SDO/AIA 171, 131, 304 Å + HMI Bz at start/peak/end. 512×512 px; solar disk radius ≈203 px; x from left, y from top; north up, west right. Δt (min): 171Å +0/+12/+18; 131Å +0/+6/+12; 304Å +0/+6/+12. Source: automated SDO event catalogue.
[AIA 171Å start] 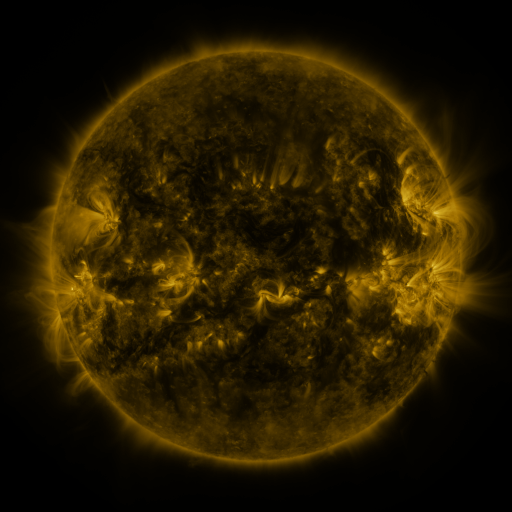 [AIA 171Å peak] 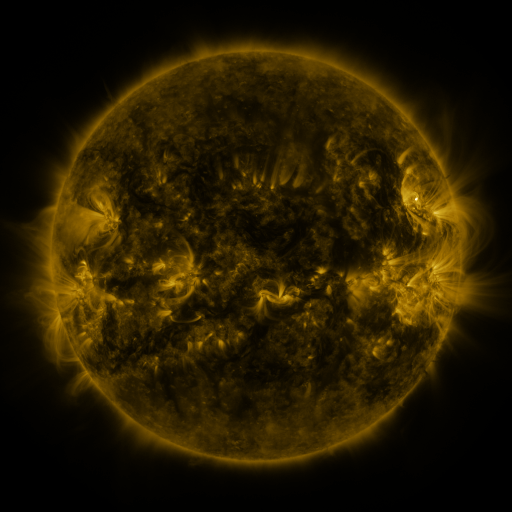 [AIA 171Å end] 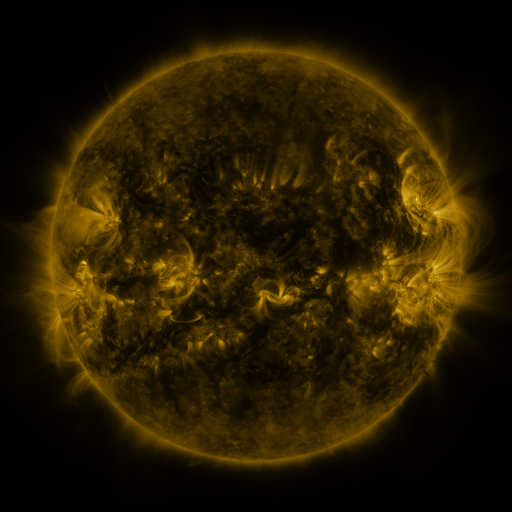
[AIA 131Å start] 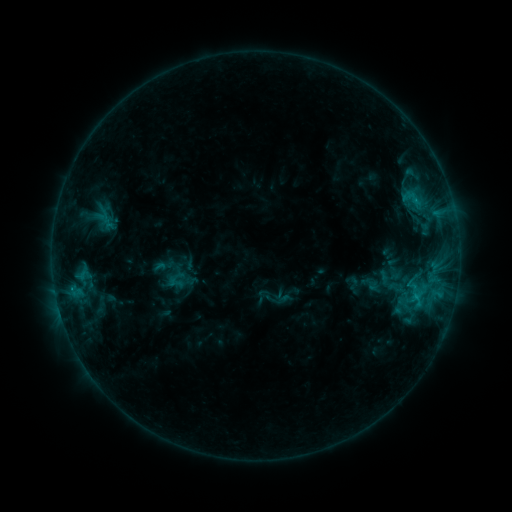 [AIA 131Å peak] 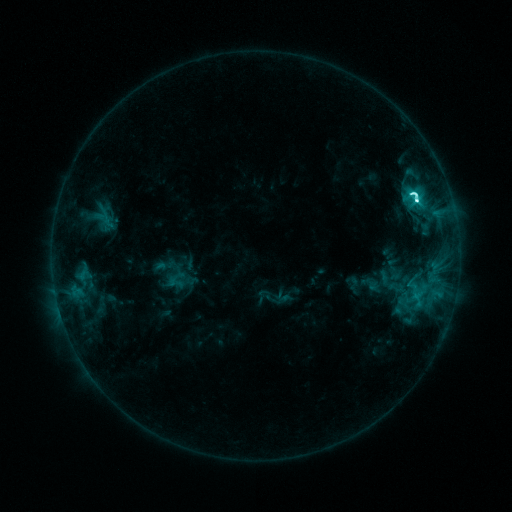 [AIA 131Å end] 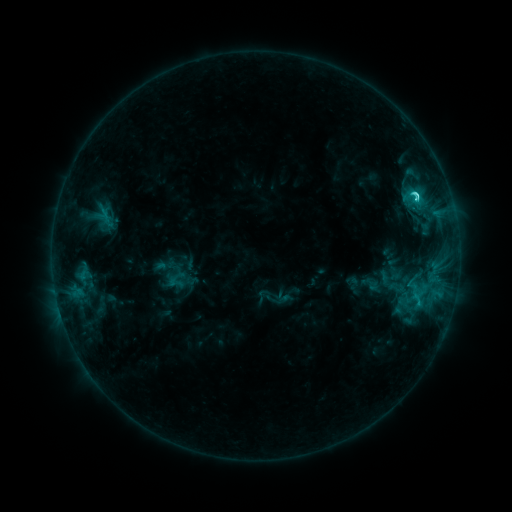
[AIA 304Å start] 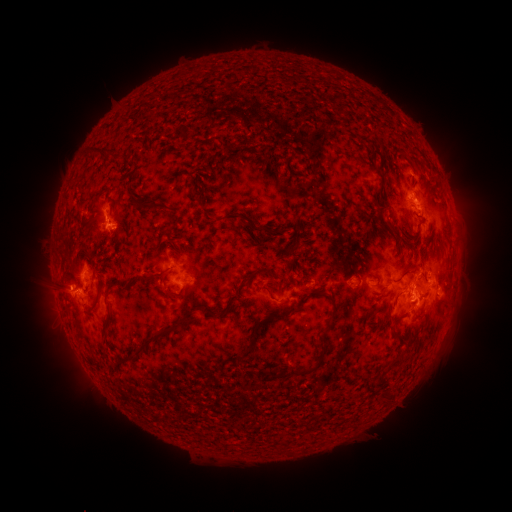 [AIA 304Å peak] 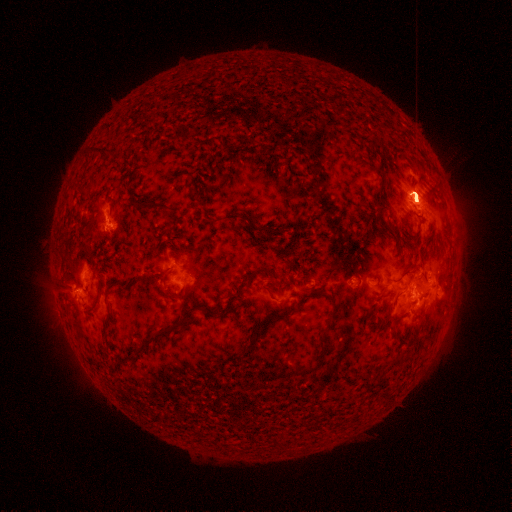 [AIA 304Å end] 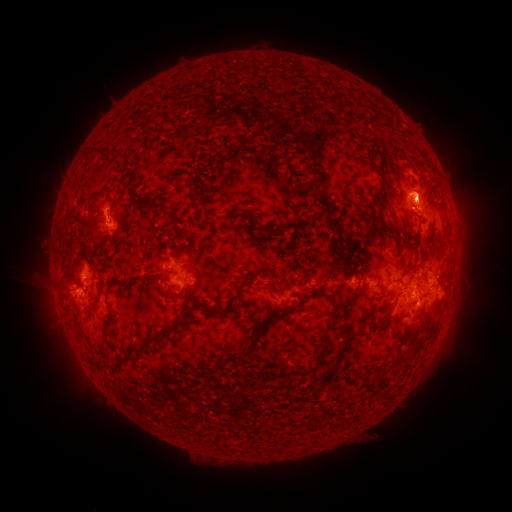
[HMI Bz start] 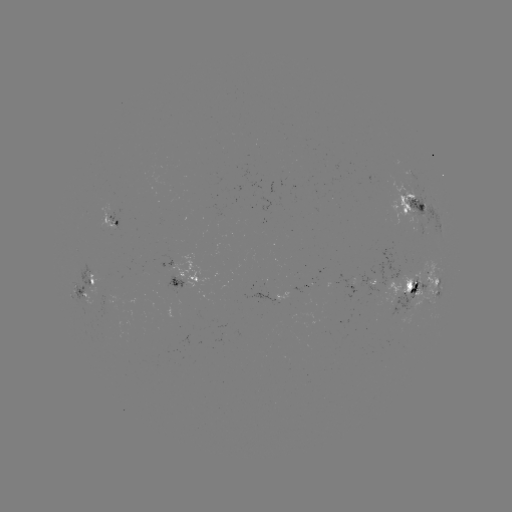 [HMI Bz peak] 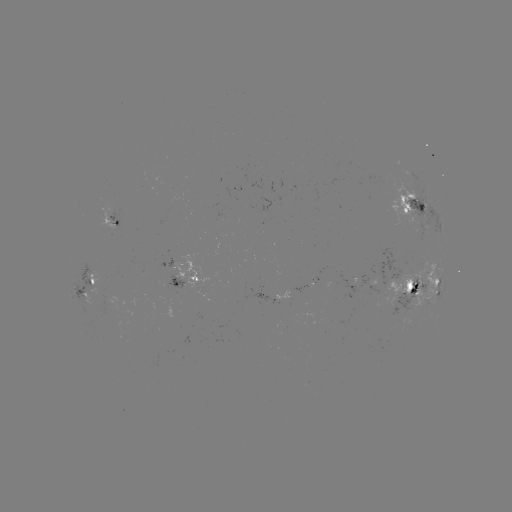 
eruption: (348, 154, 487, 338)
